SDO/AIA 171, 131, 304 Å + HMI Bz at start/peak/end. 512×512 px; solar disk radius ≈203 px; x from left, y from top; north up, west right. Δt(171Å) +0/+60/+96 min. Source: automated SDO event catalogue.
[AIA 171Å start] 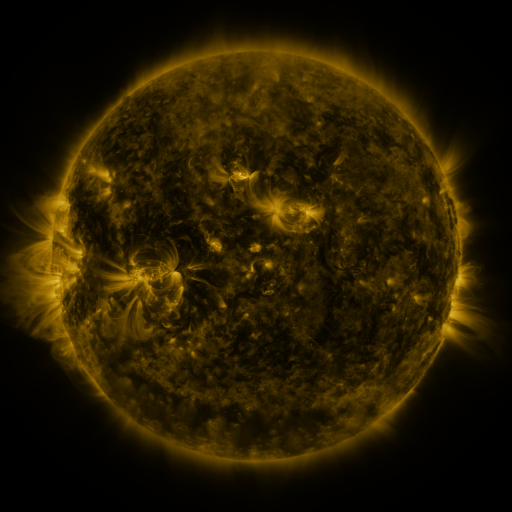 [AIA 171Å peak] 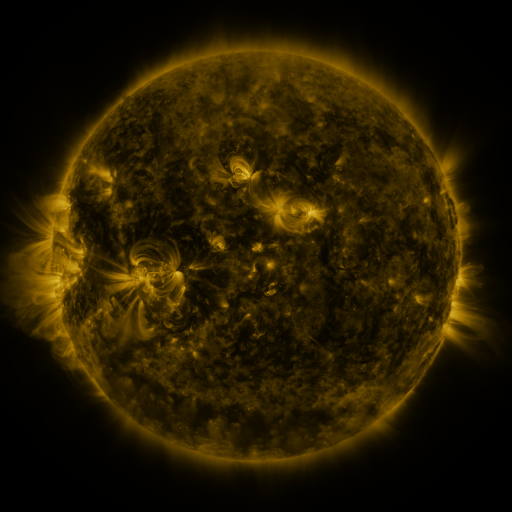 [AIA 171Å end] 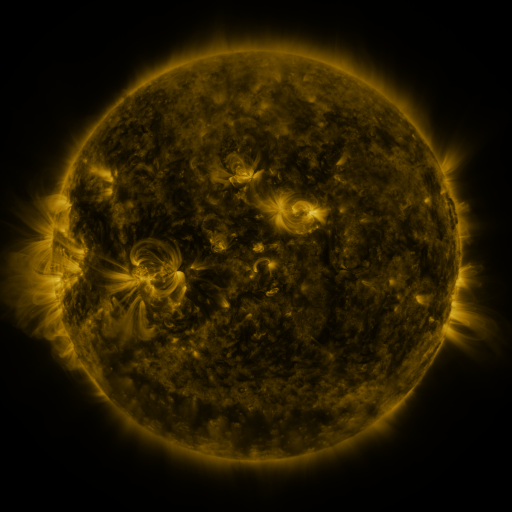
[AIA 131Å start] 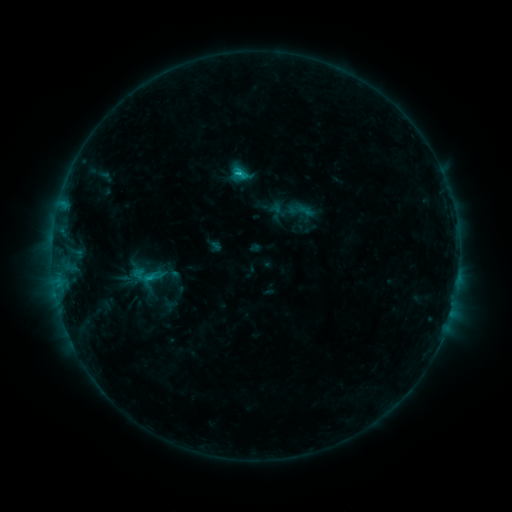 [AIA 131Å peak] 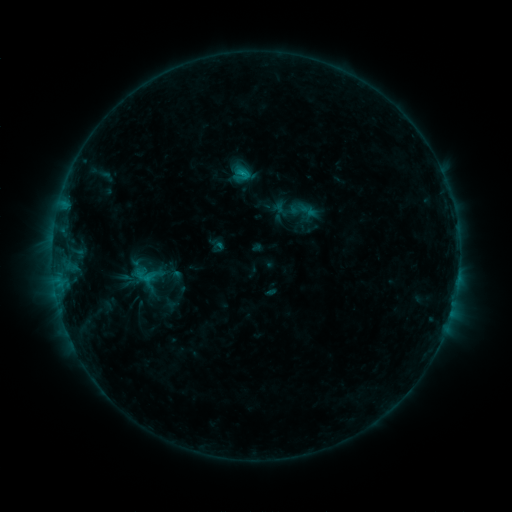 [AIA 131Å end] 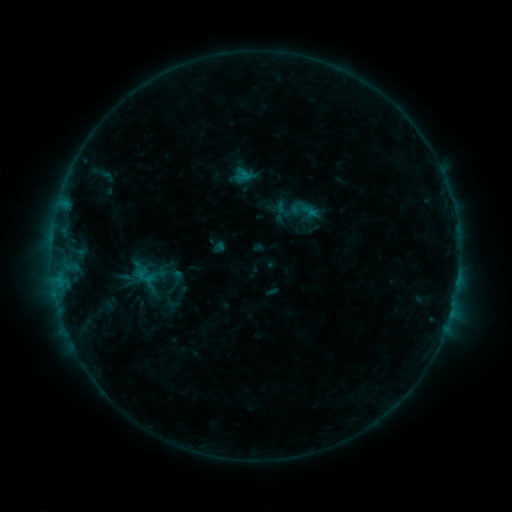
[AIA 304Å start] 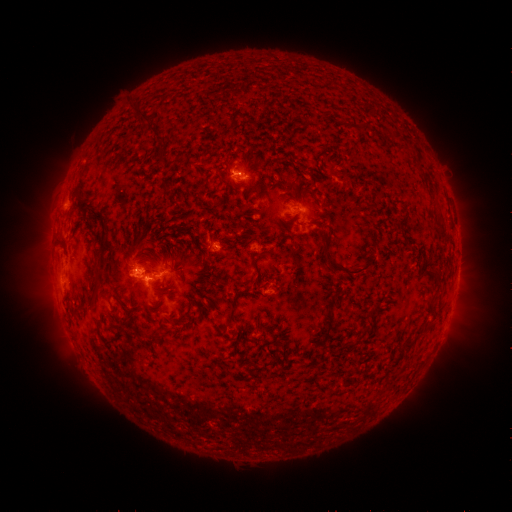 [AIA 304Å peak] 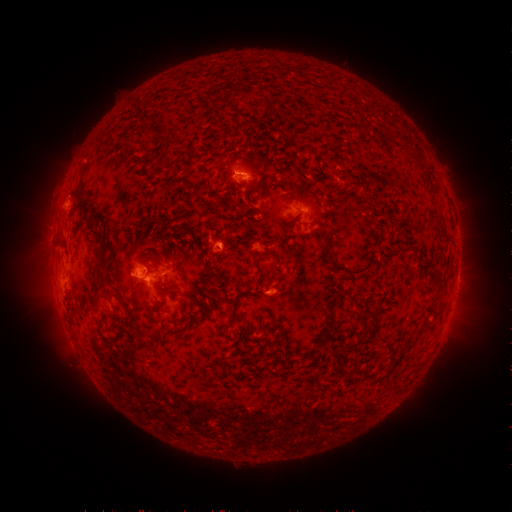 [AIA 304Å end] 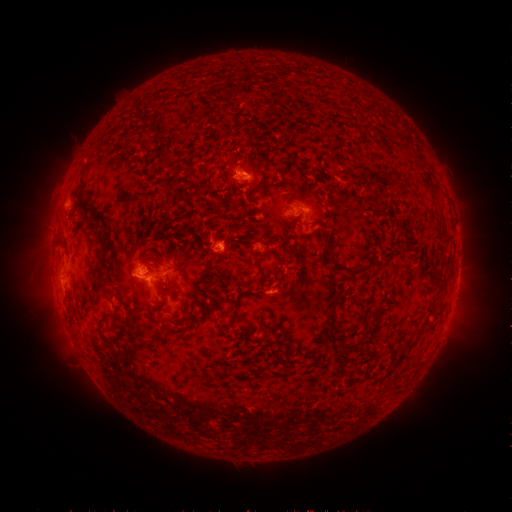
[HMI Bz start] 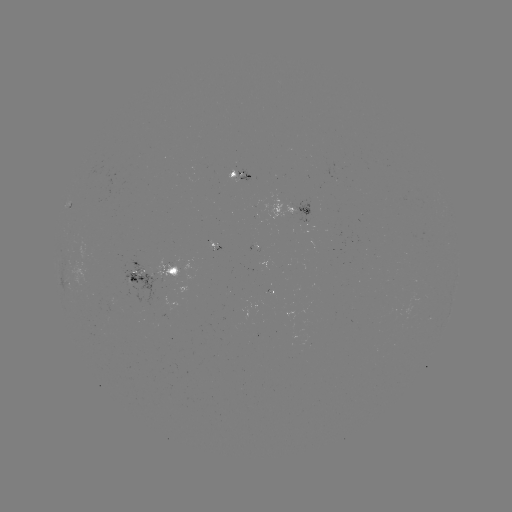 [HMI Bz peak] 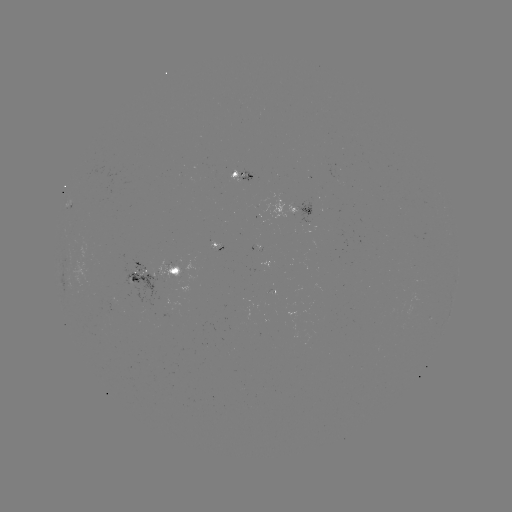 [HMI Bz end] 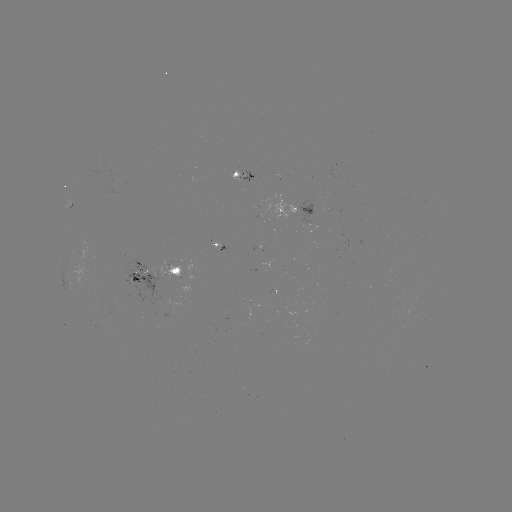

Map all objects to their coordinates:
emerging-flux region: (128, 290)
